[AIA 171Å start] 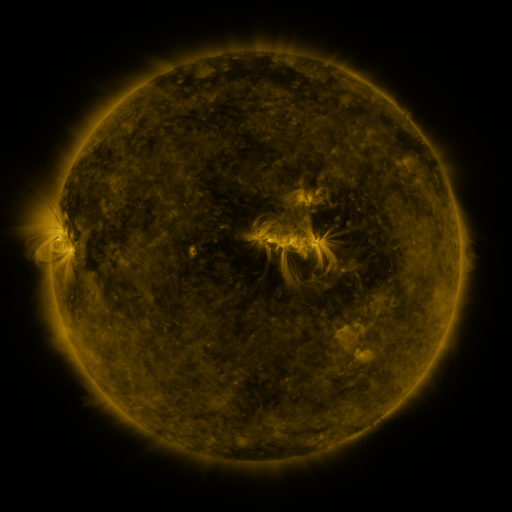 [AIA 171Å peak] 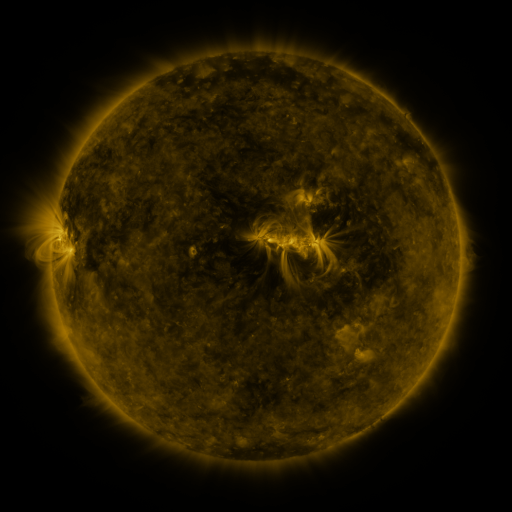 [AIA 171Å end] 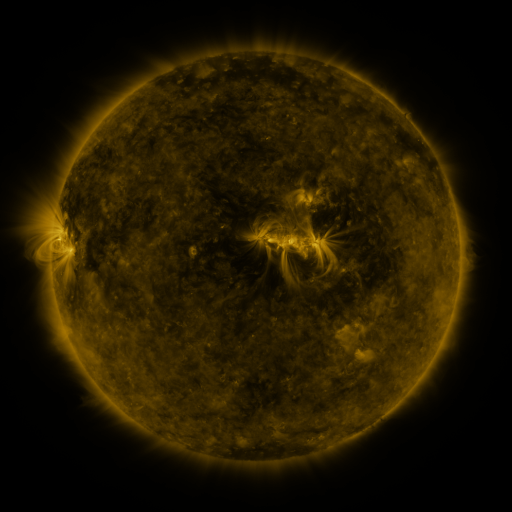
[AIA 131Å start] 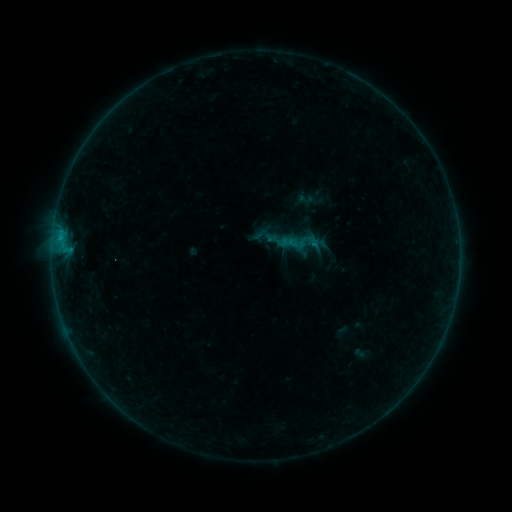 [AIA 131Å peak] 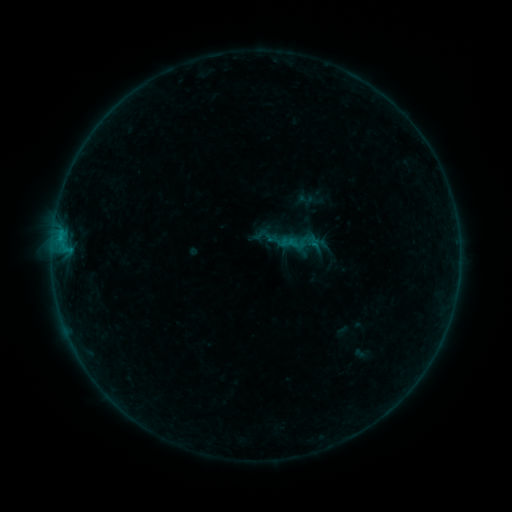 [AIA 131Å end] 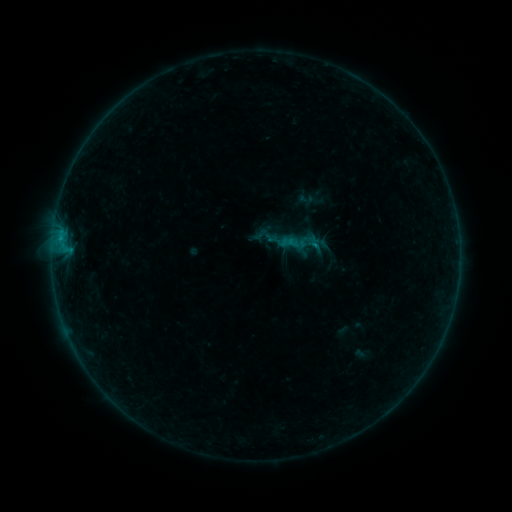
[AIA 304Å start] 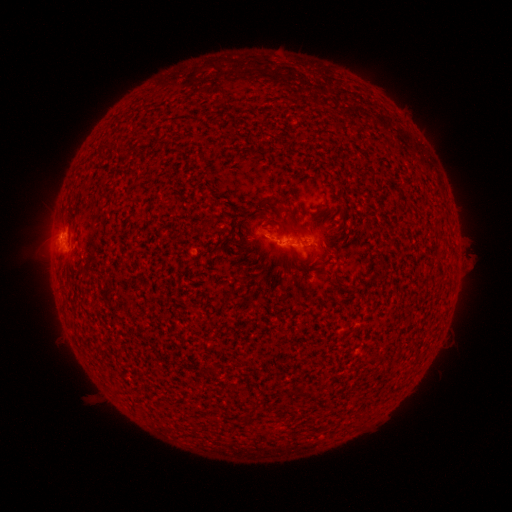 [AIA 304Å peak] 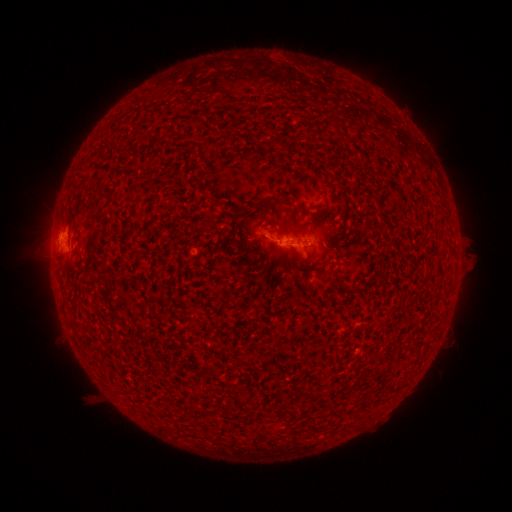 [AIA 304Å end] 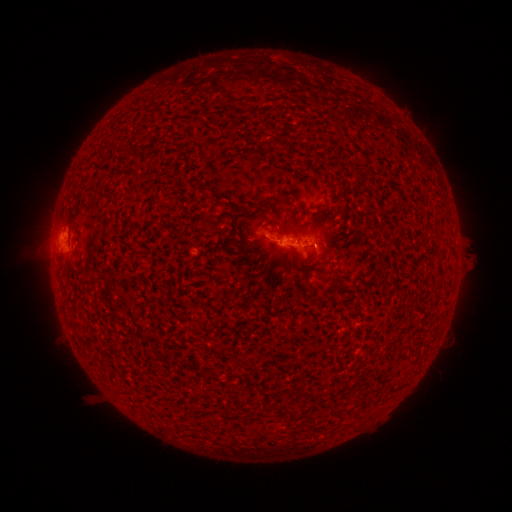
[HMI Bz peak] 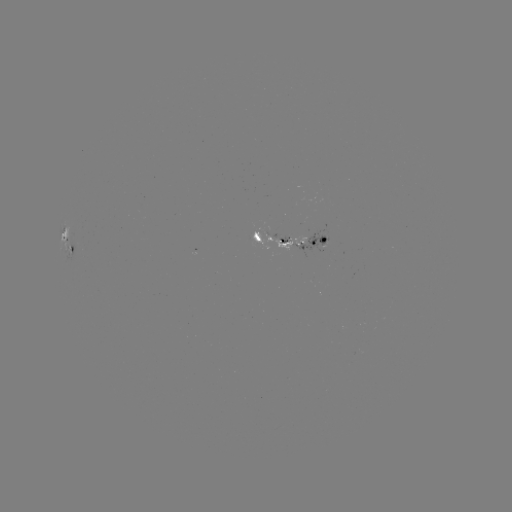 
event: flare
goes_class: B3.4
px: (314, 247)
